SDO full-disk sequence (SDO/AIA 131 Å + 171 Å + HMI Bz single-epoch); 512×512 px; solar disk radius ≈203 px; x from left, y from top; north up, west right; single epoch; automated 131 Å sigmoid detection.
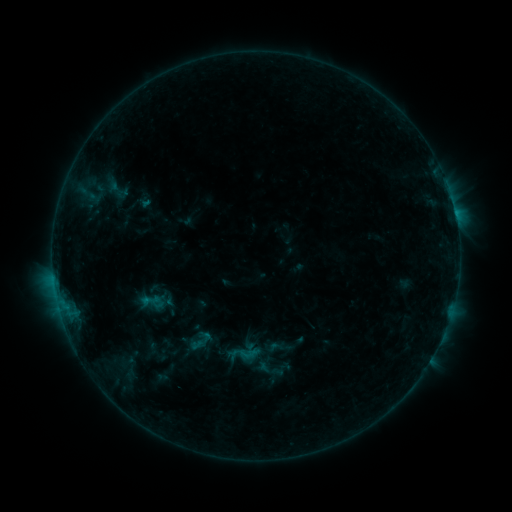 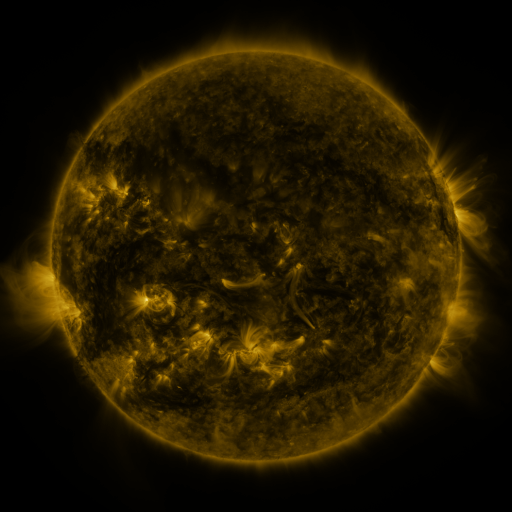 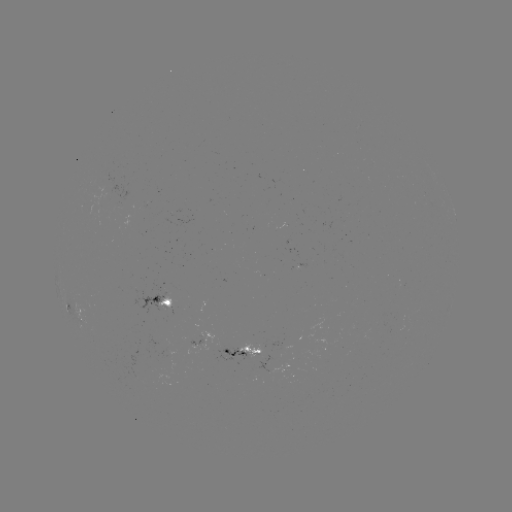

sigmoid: [183, 327, 215, 355]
